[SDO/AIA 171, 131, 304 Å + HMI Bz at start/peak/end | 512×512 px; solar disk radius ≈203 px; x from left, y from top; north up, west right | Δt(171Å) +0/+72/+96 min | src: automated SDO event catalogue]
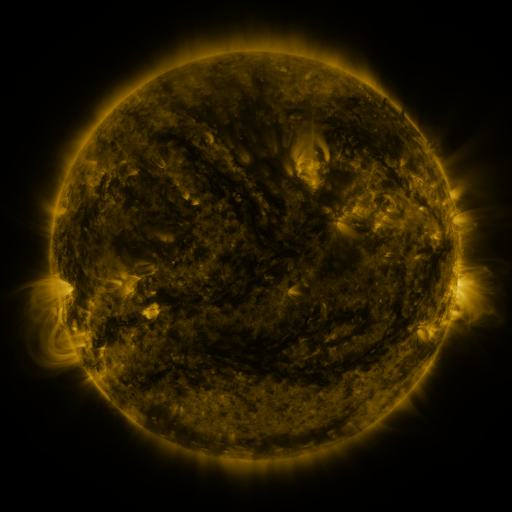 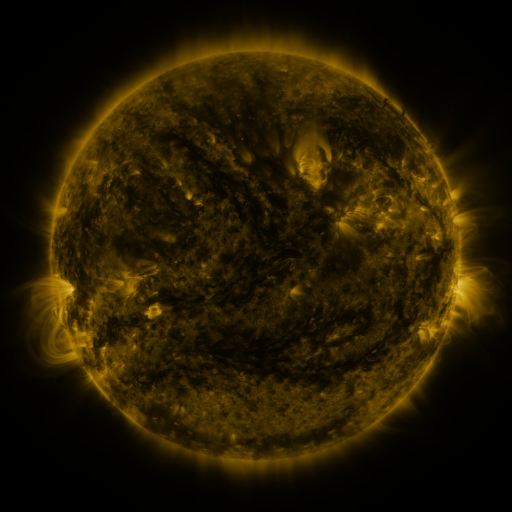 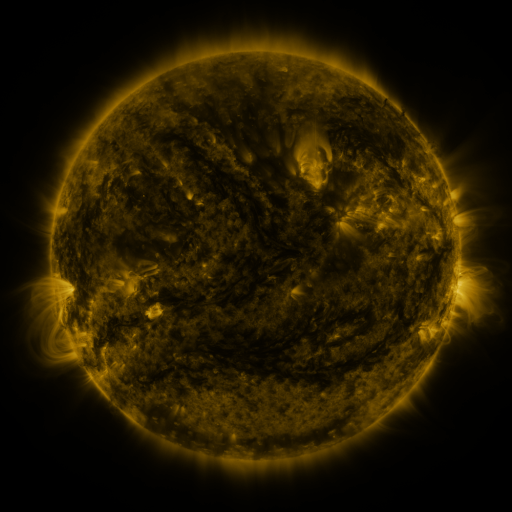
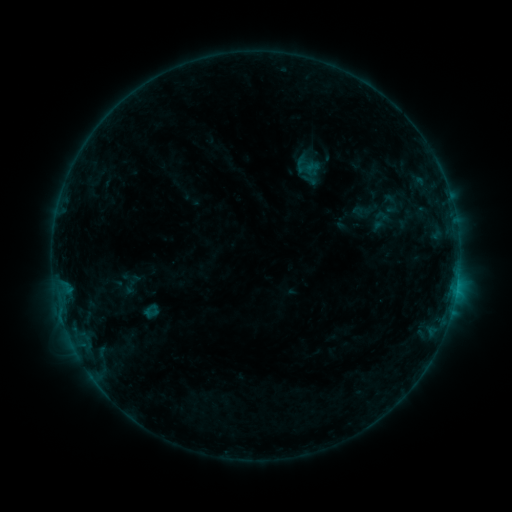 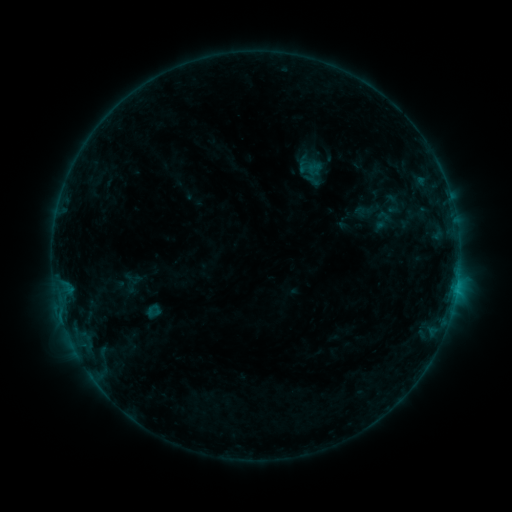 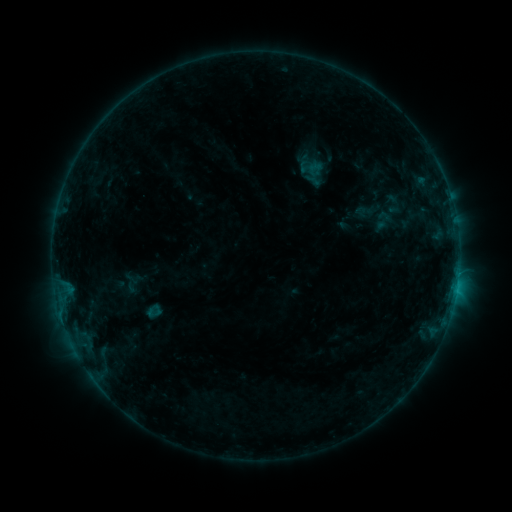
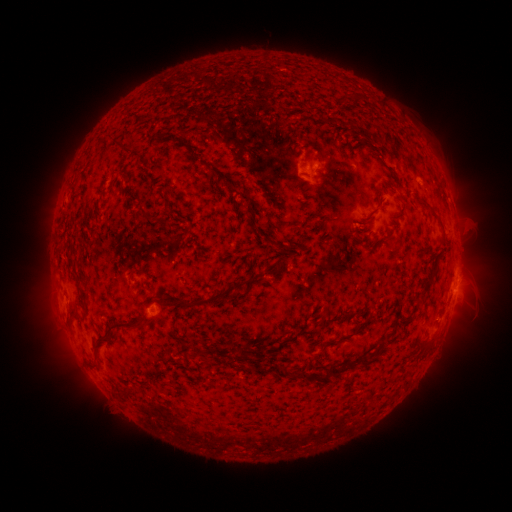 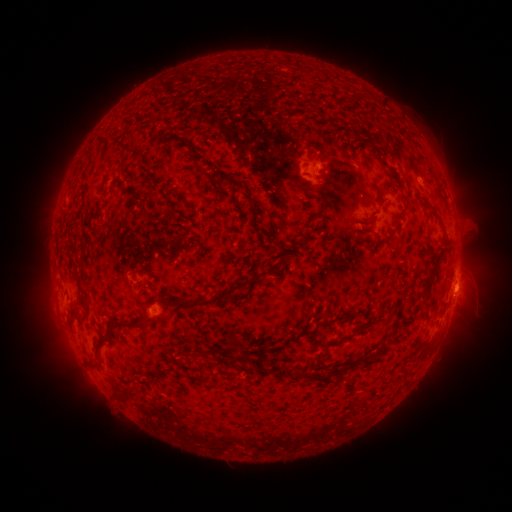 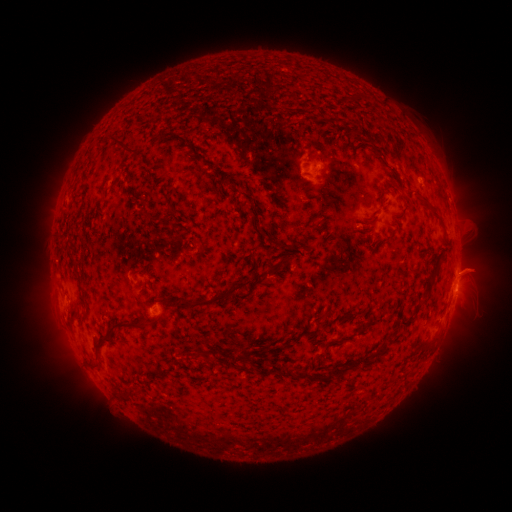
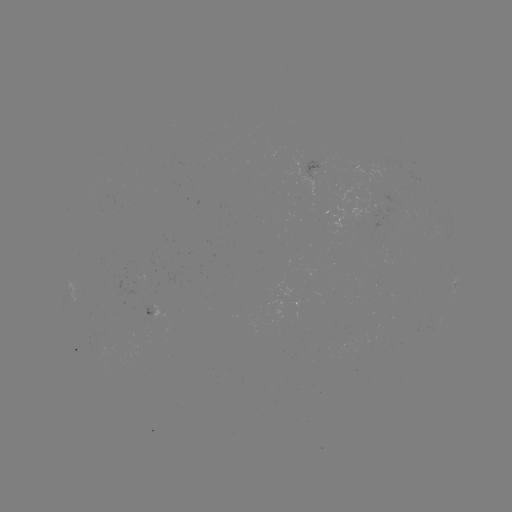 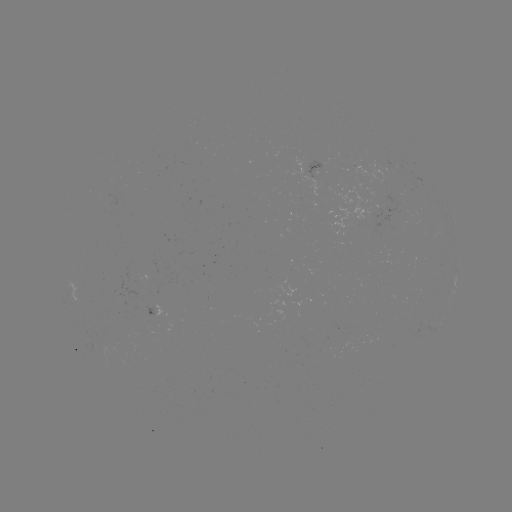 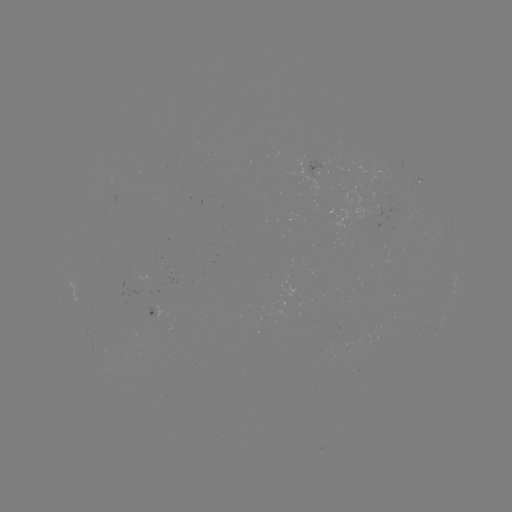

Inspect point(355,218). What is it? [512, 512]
emerging-flux region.